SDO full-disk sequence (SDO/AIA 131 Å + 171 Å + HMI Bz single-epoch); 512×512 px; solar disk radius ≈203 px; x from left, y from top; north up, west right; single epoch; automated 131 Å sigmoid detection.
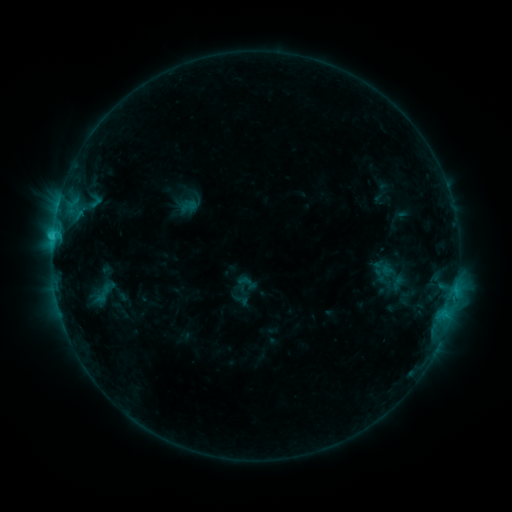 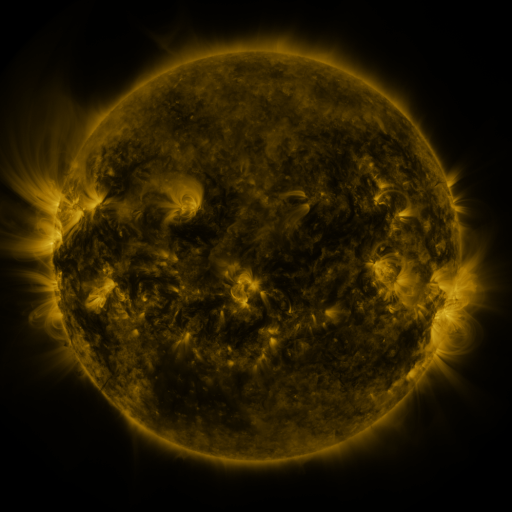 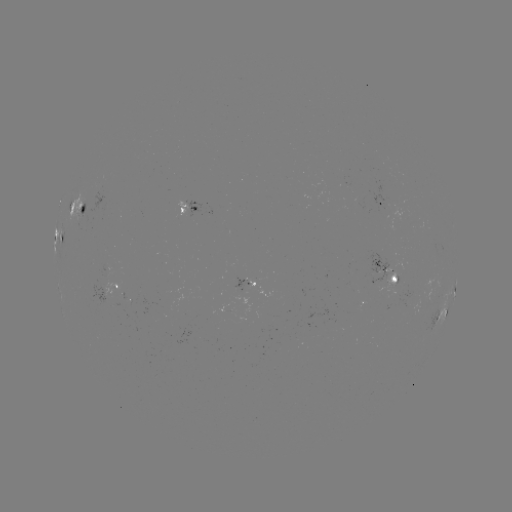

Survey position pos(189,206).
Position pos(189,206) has sigmoid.